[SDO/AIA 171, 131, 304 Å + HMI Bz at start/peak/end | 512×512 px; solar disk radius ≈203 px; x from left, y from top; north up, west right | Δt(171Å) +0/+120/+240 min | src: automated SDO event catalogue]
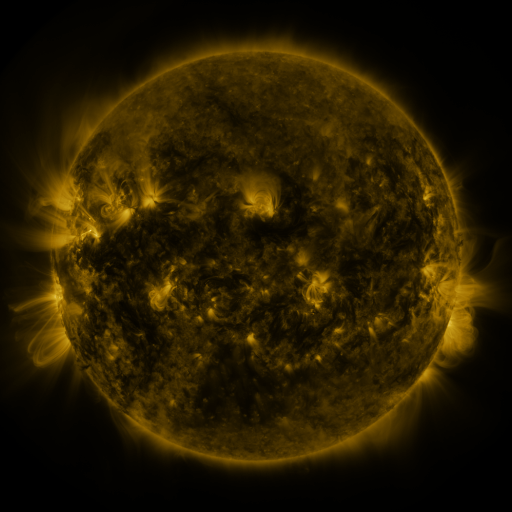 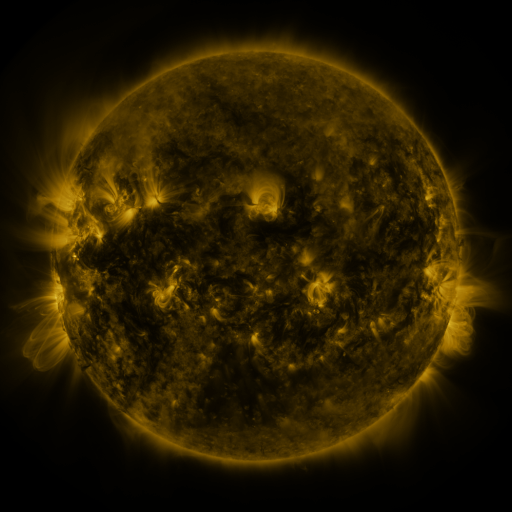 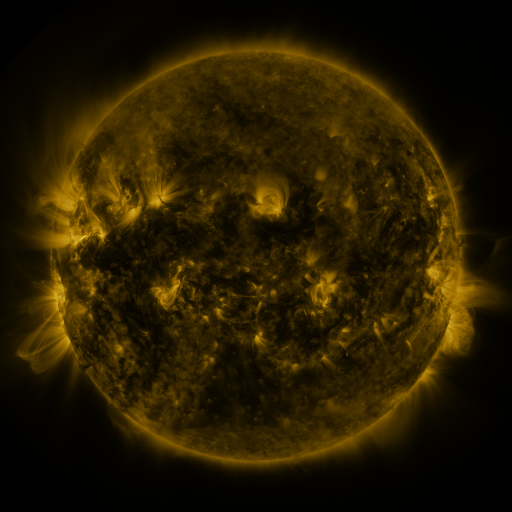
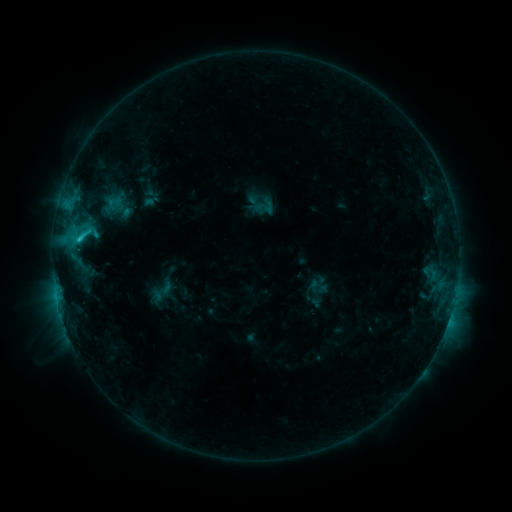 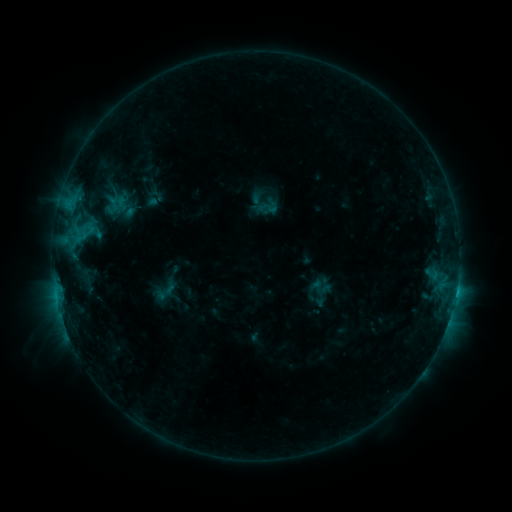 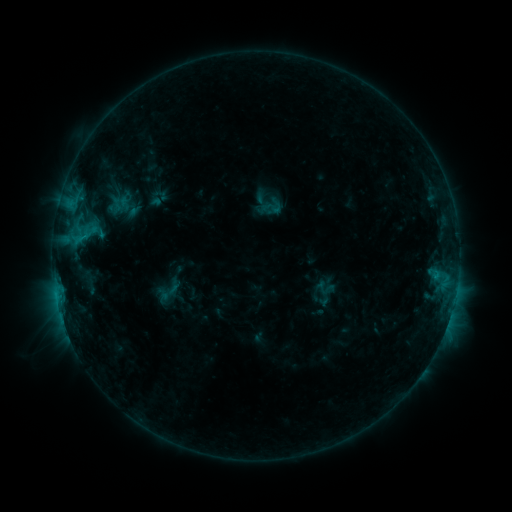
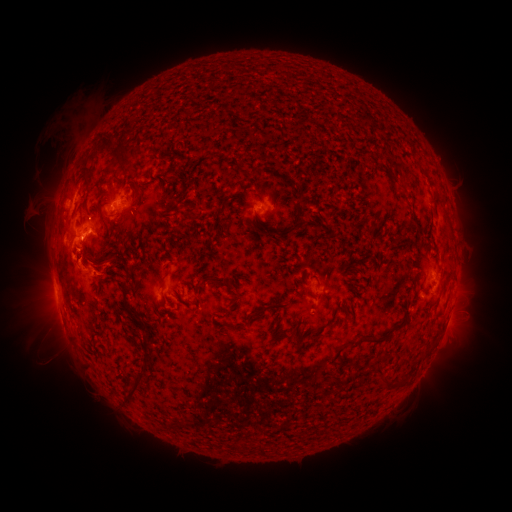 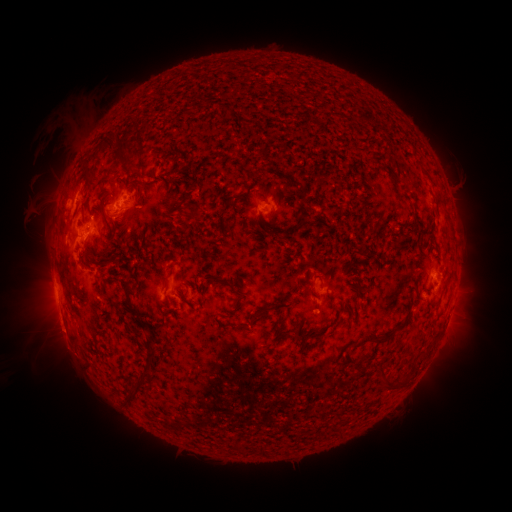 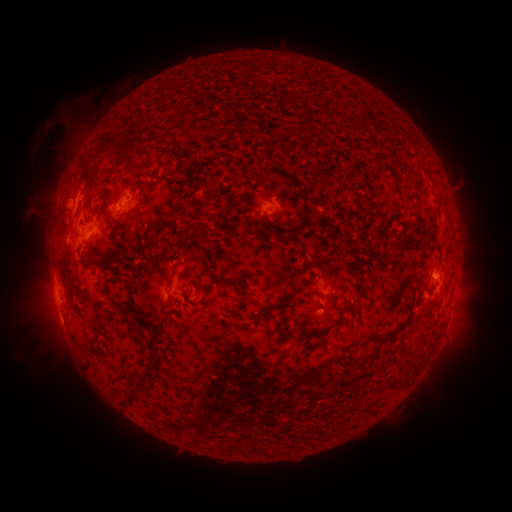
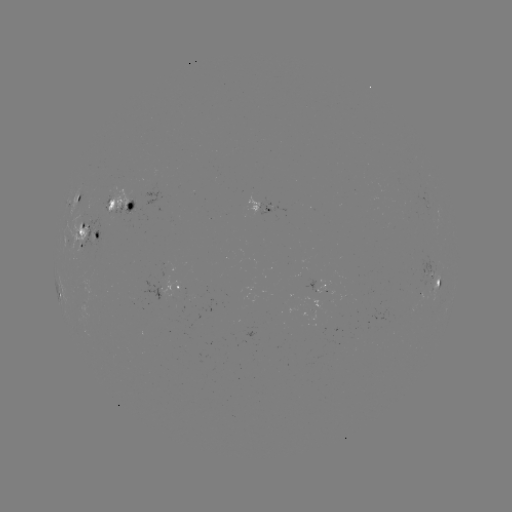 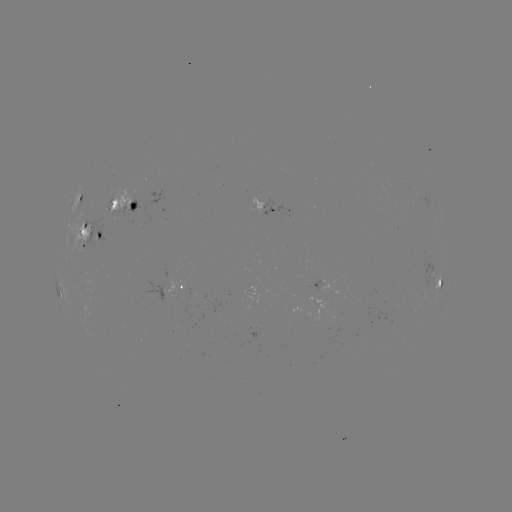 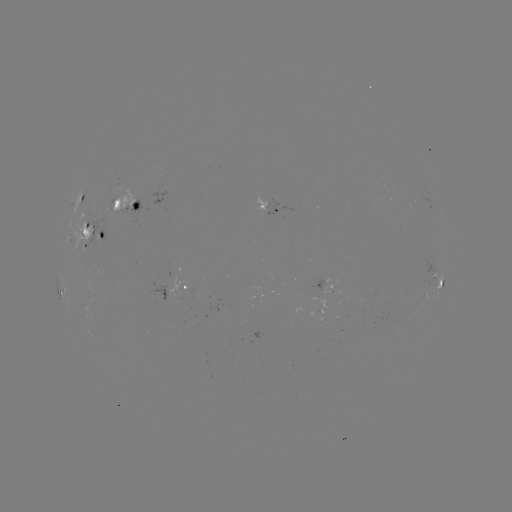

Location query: filament eruption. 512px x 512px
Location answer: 71,345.